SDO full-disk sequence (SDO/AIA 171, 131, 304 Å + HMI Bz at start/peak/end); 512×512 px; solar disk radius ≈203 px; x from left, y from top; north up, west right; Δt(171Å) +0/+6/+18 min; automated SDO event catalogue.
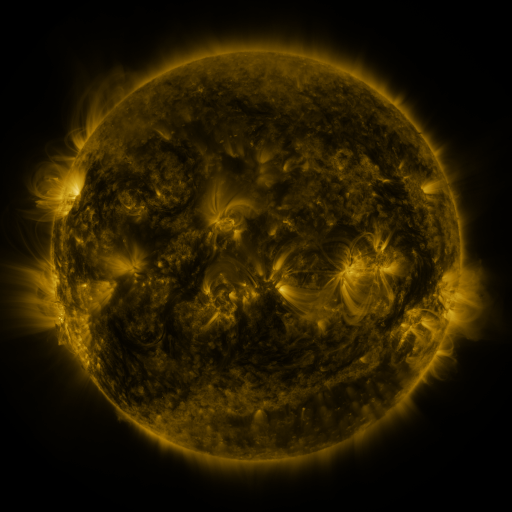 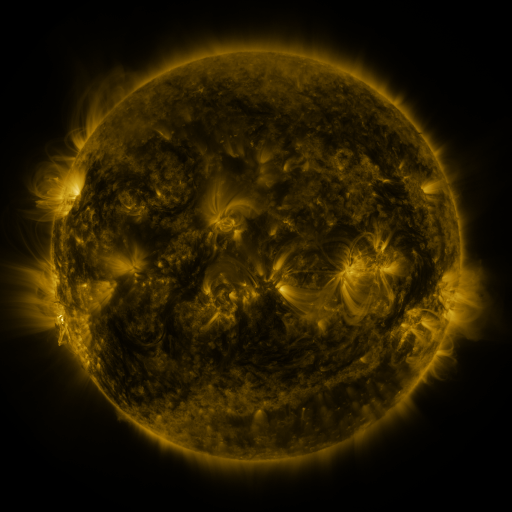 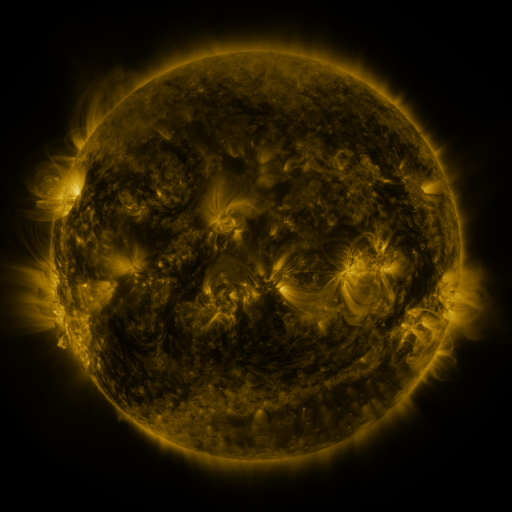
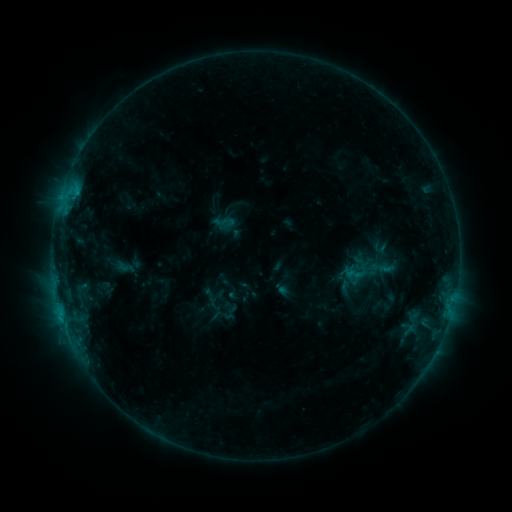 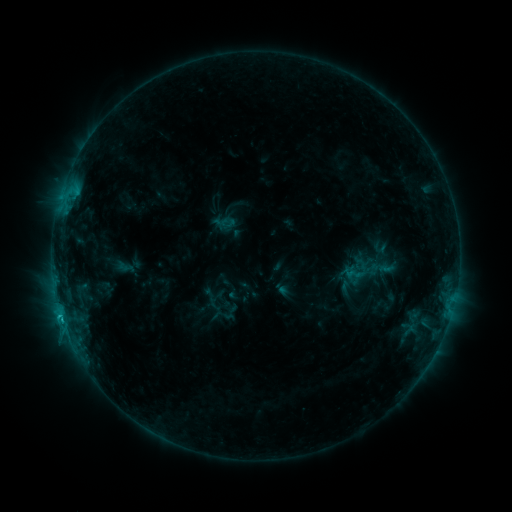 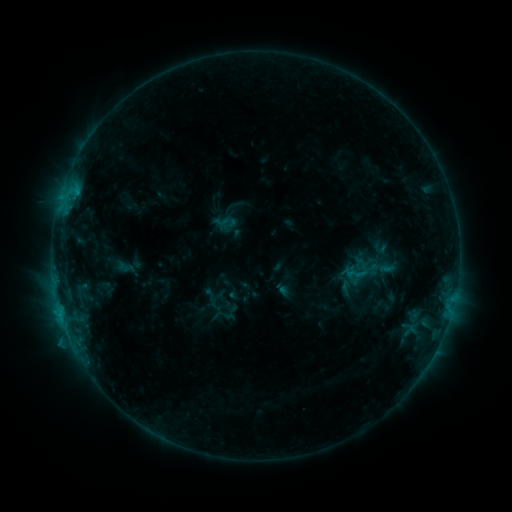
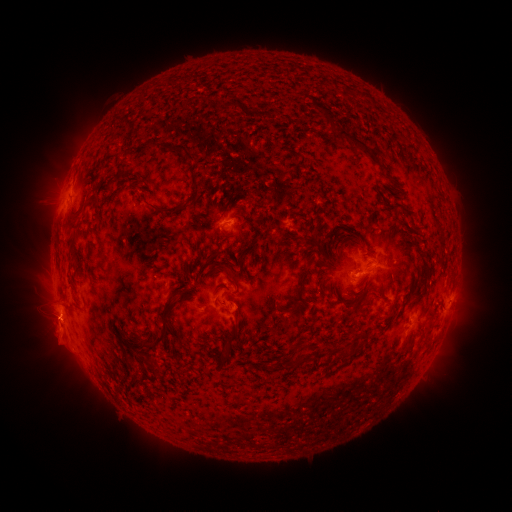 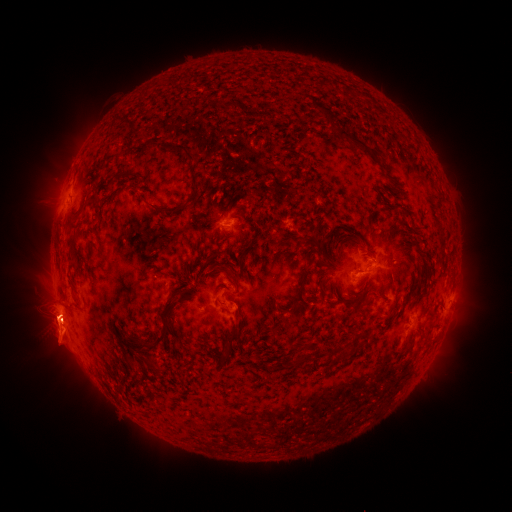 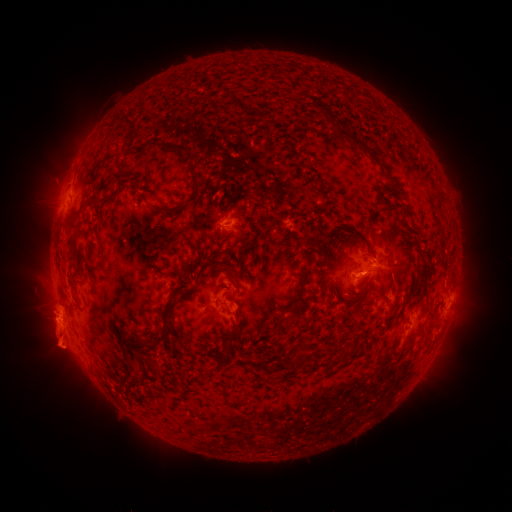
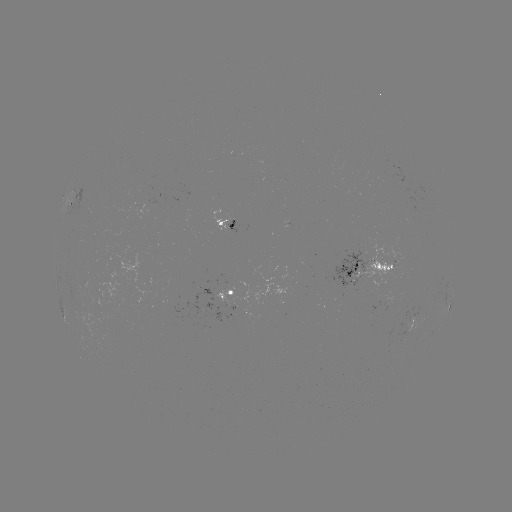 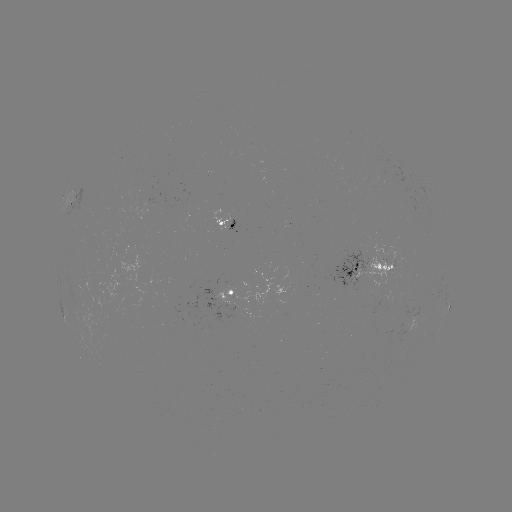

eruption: <bbox>20, 287, 92, 378</bbox>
